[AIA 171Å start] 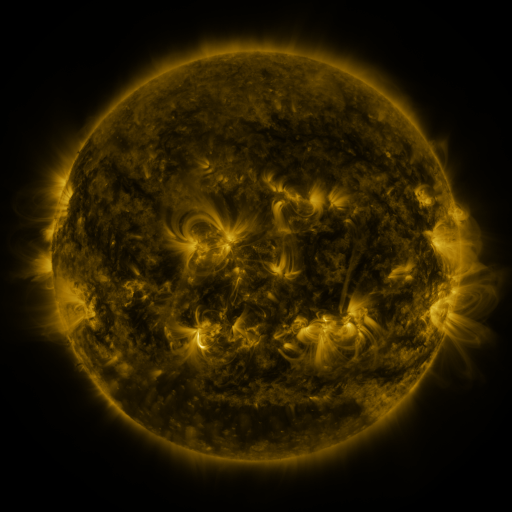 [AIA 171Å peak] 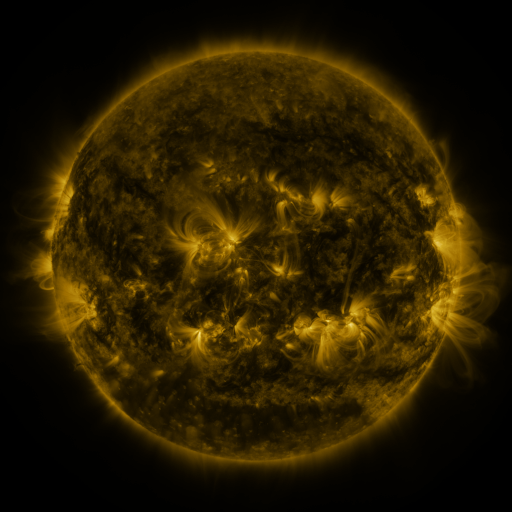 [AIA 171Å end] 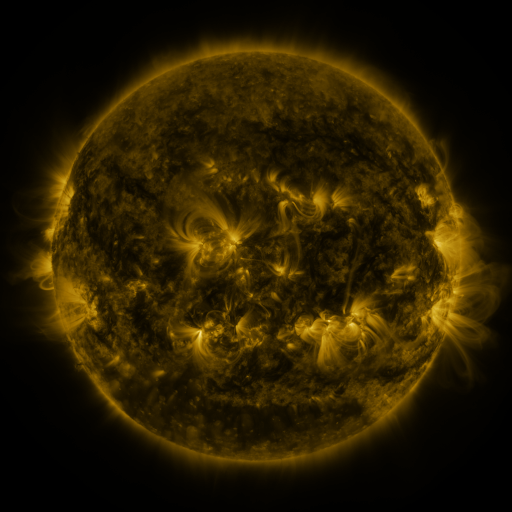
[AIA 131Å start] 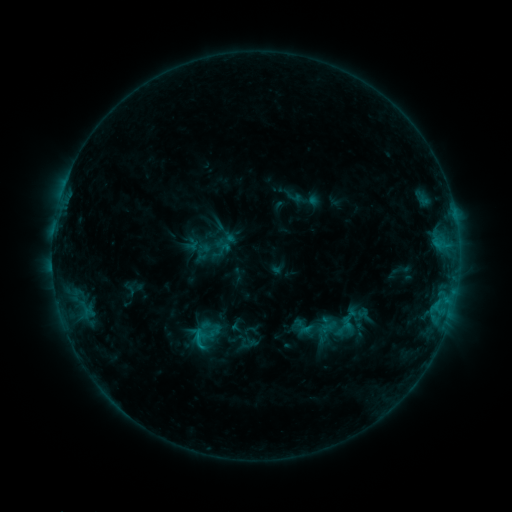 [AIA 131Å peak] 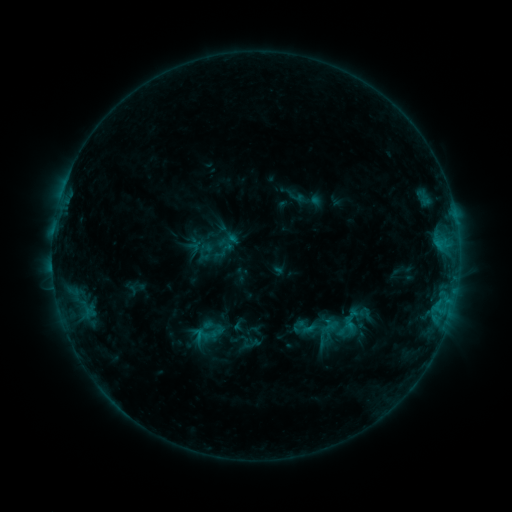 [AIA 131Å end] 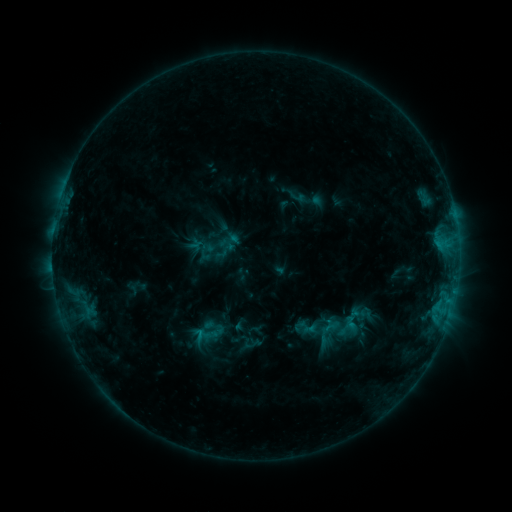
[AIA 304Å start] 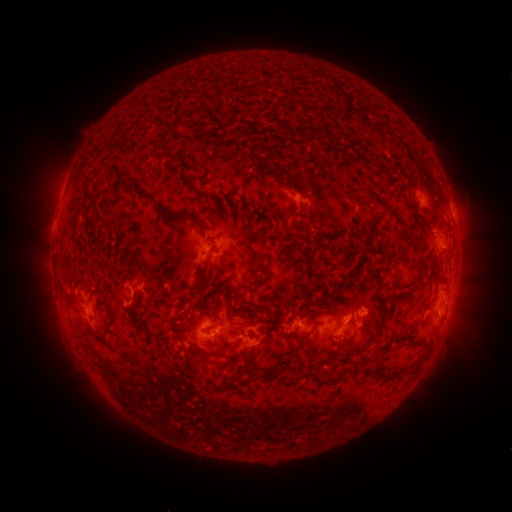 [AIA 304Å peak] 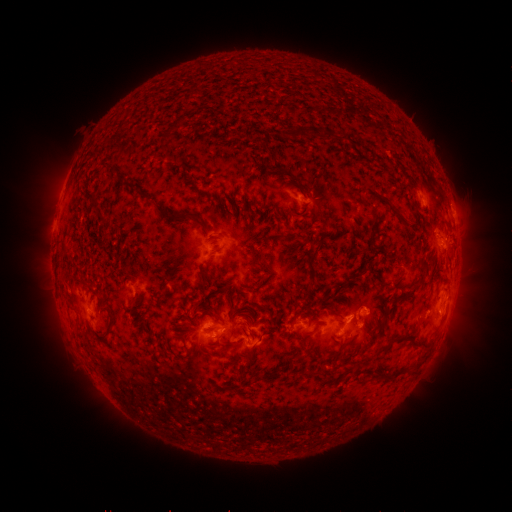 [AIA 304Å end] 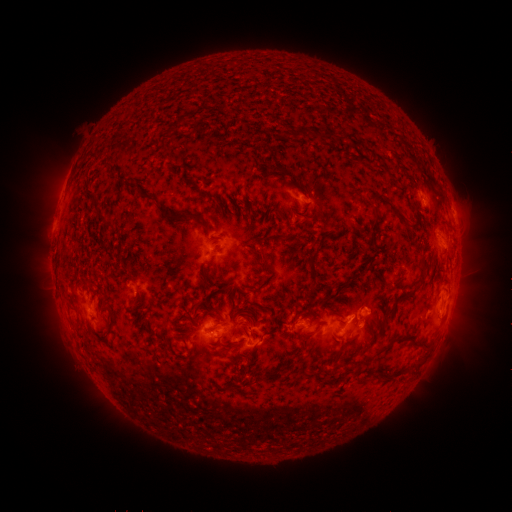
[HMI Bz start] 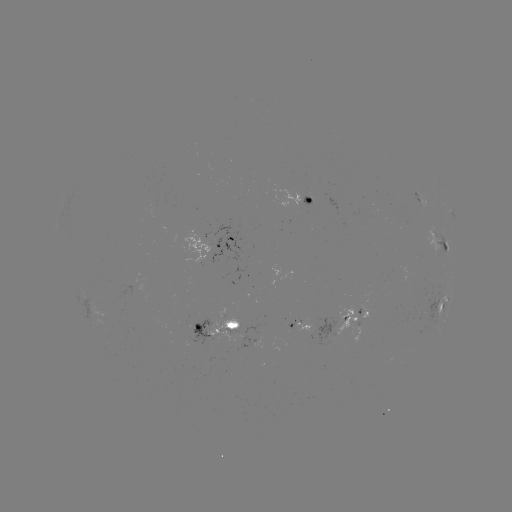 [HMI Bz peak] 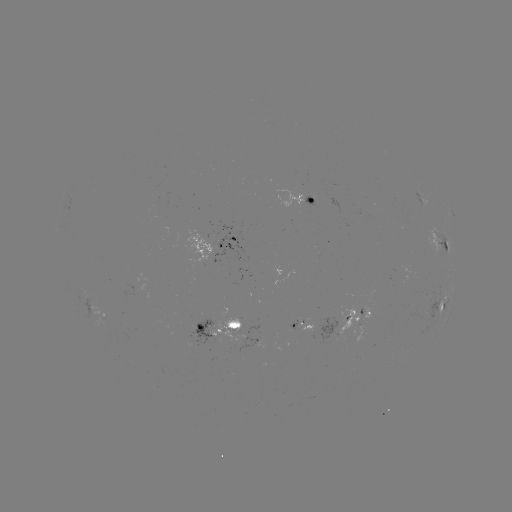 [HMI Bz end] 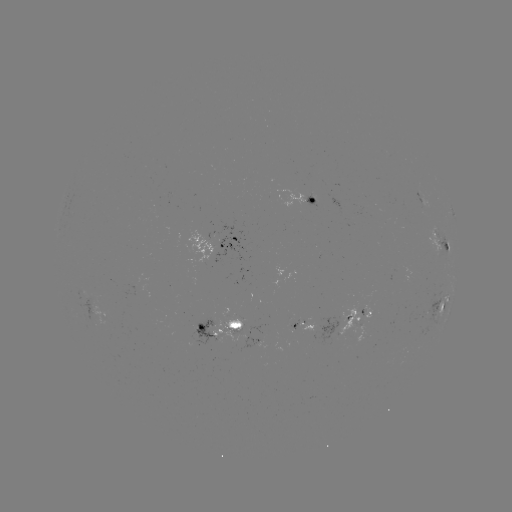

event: emerging-flux region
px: (362, 316)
